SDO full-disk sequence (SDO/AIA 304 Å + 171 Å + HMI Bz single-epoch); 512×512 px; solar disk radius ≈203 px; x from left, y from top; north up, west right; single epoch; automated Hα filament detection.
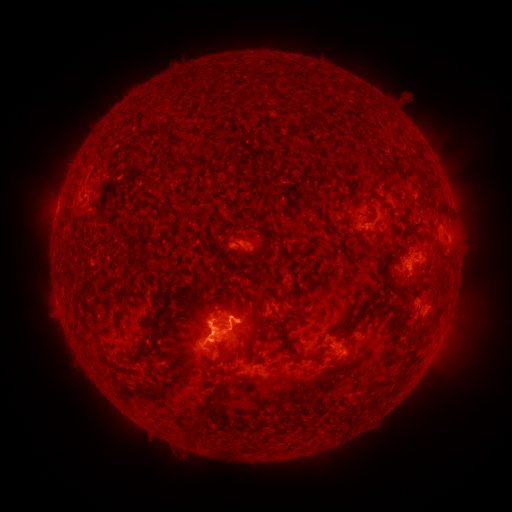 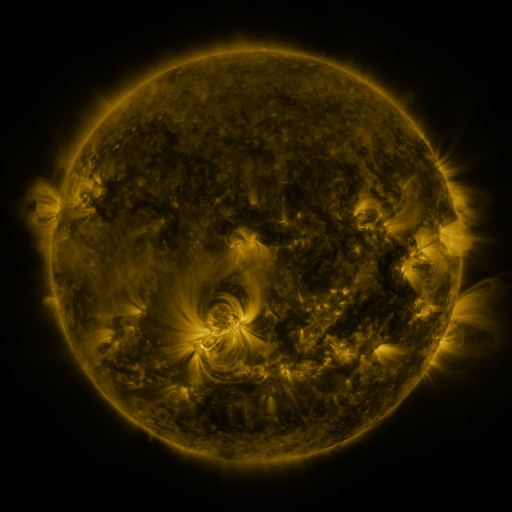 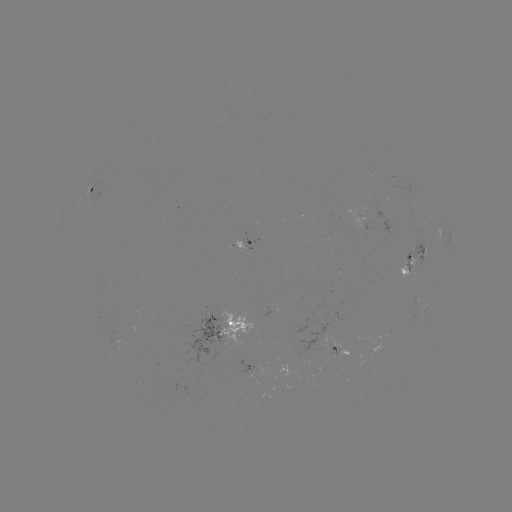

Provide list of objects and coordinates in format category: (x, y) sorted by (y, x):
filament: (278, 95)
filament: (175, 161)
filament: (161, 206)
filament: (322, 215)
filament: (387, 307)
filament: (298, 313)
filament: (160, 316)
filament: (354, 323)
filament: (430, 323)
filament: (289, 345)
filament: (147, 348)
filament: (222, 353)
filament: (253, 354)
filament: (318, 354)
filament: (100, 355)
filament: (369, 405)
